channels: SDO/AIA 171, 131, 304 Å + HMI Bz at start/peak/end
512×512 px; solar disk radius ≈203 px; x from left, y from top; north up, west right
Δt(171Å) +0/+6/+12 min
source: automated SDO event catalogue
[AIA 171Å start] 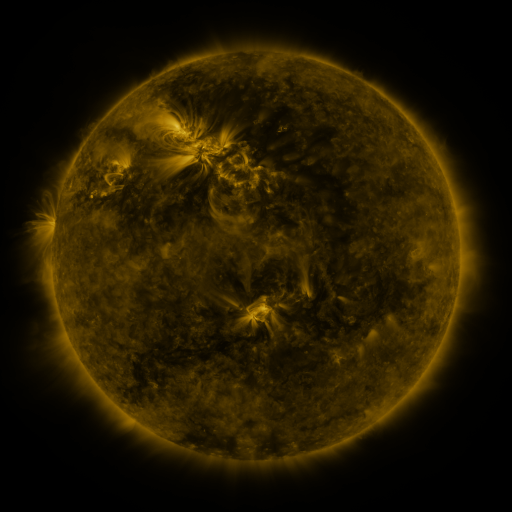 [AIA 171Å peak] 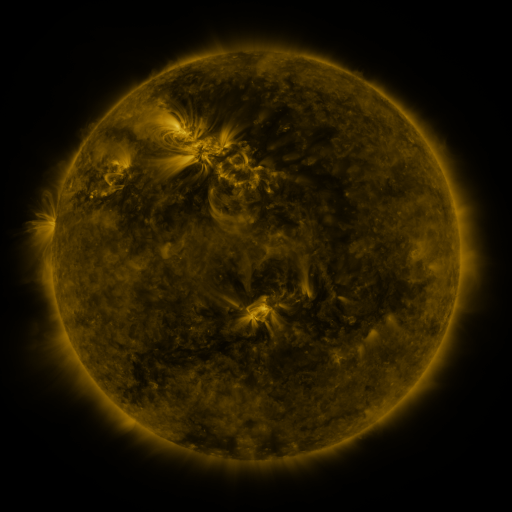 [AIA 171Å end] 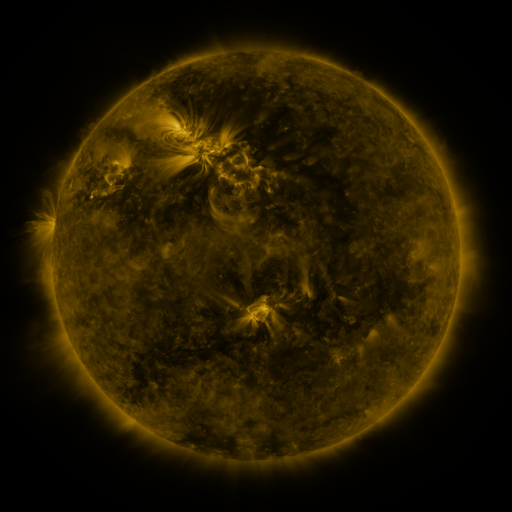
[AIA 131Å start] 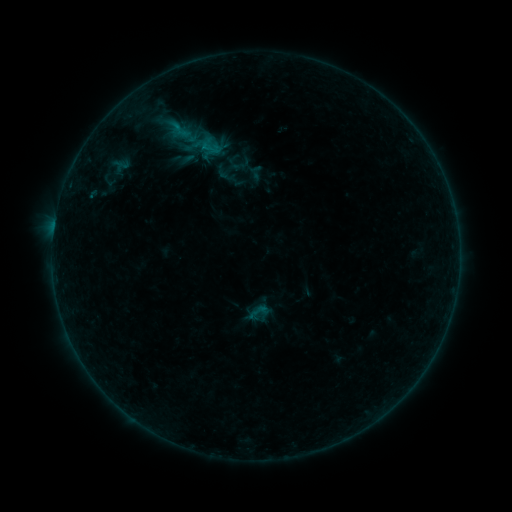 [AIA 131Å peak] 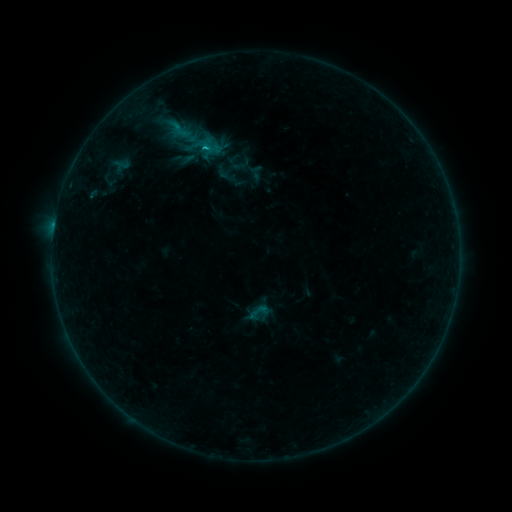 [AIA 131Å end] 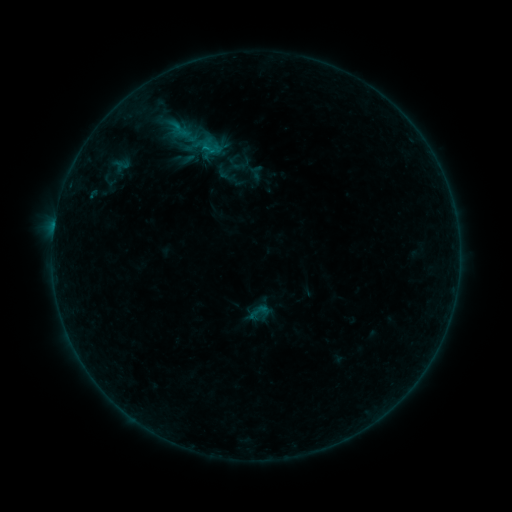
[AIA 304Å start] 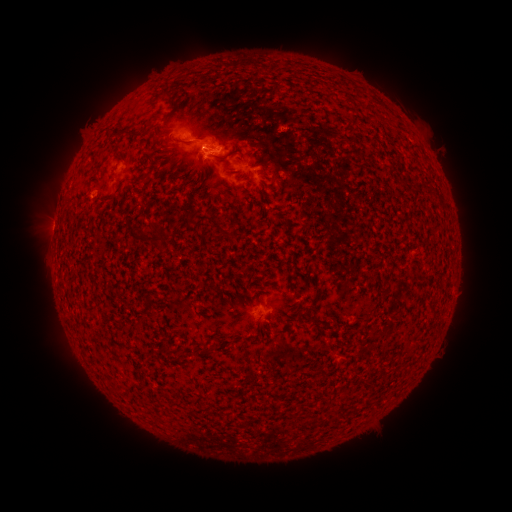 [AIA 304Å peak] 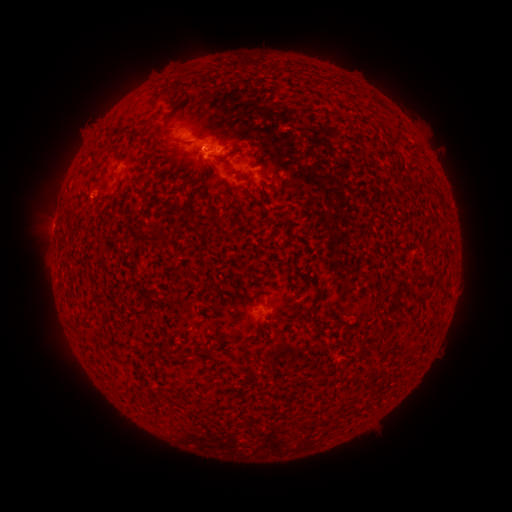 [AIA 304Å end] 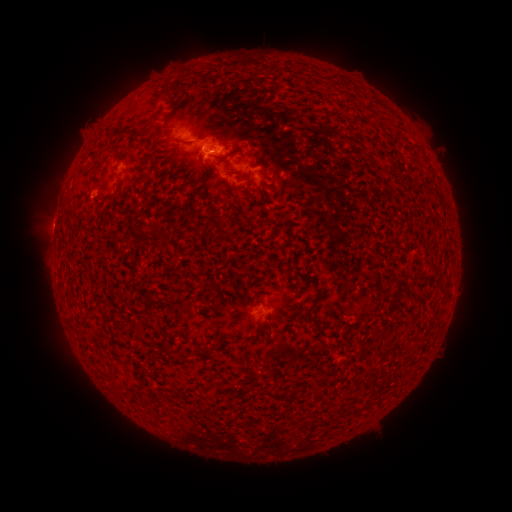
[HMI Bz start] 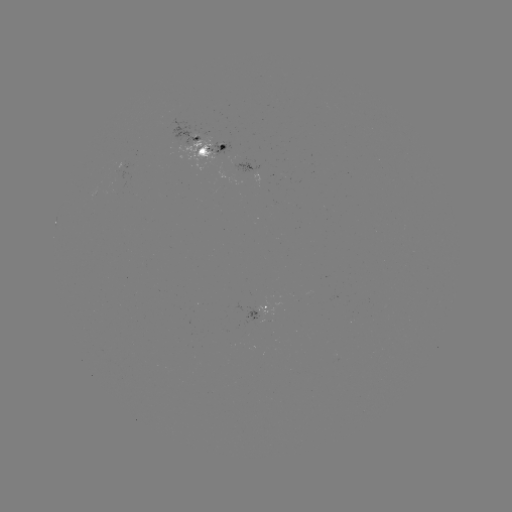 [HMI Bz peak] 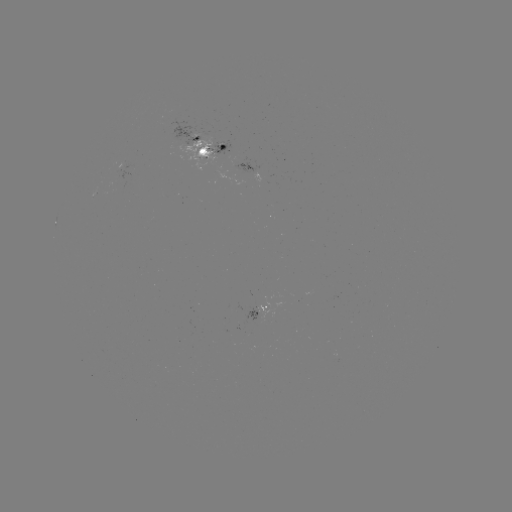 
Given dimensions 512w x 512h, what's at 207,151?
B8.8 flare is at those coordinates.